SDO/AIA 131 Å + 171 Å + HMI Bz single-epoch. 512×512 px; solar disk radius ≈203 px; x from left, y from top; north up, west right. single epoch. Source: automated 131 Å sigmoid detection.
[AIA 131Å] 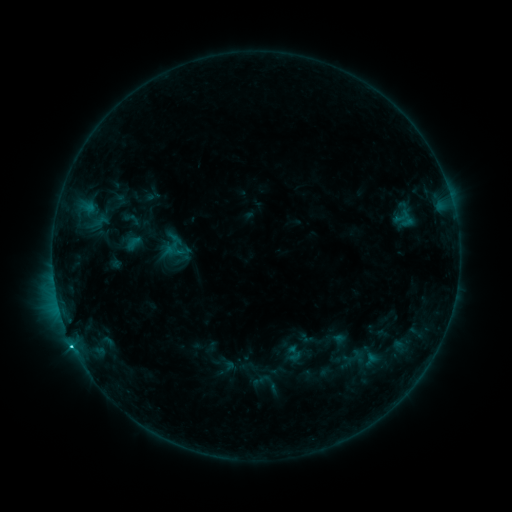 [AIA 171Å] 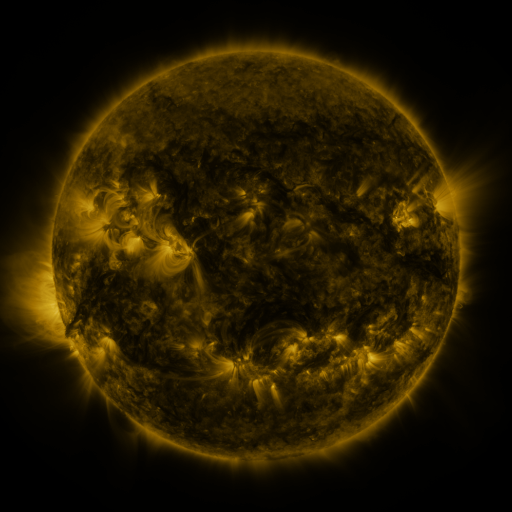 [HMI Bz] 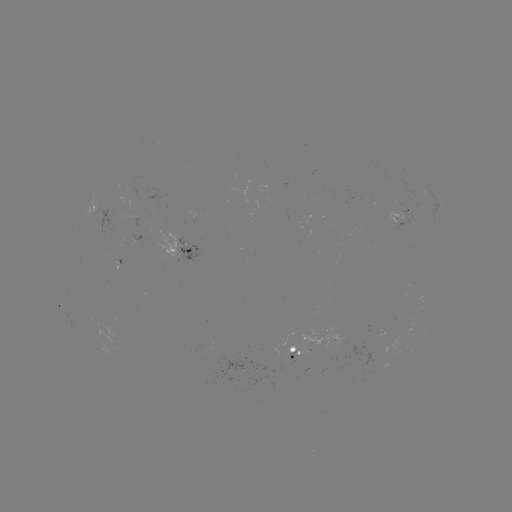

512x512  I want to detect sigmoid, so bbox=[164, 232, 189, 259].